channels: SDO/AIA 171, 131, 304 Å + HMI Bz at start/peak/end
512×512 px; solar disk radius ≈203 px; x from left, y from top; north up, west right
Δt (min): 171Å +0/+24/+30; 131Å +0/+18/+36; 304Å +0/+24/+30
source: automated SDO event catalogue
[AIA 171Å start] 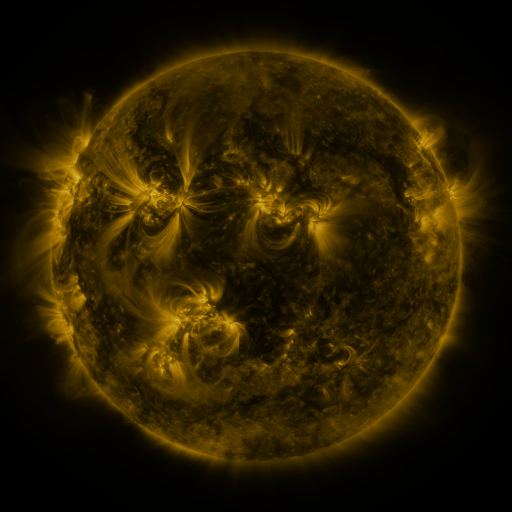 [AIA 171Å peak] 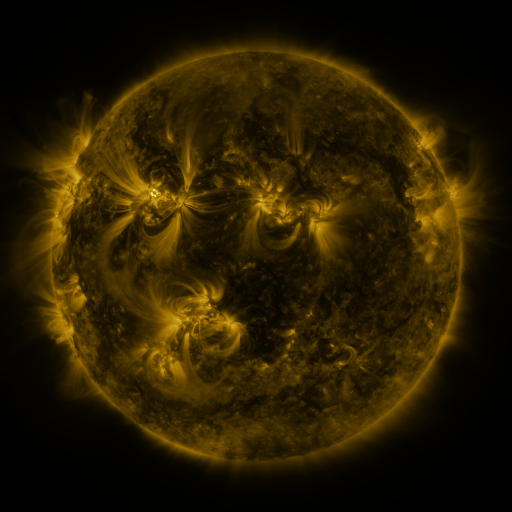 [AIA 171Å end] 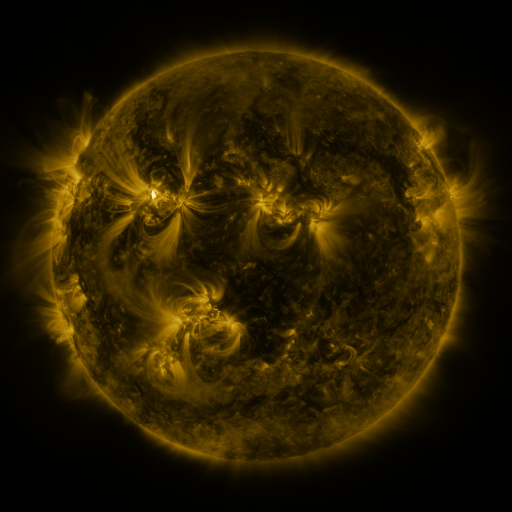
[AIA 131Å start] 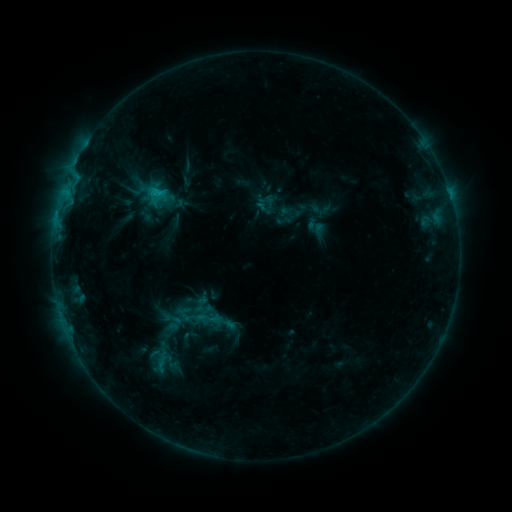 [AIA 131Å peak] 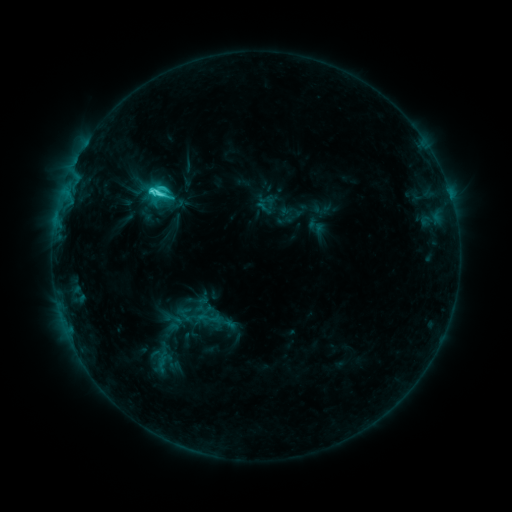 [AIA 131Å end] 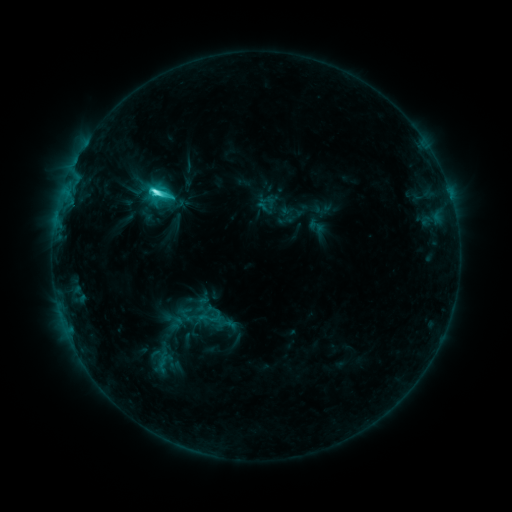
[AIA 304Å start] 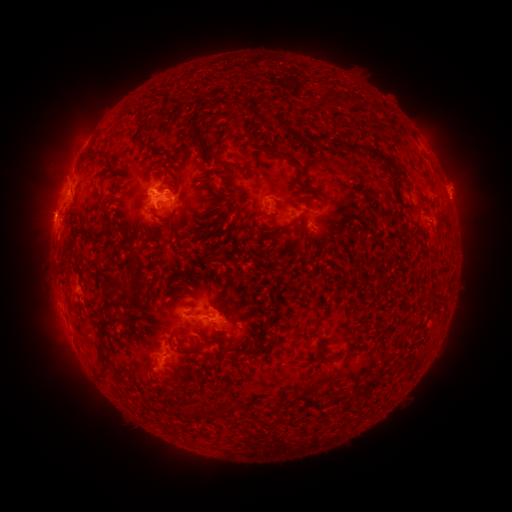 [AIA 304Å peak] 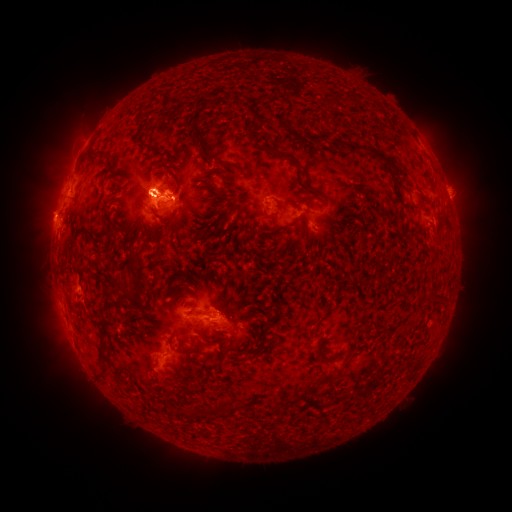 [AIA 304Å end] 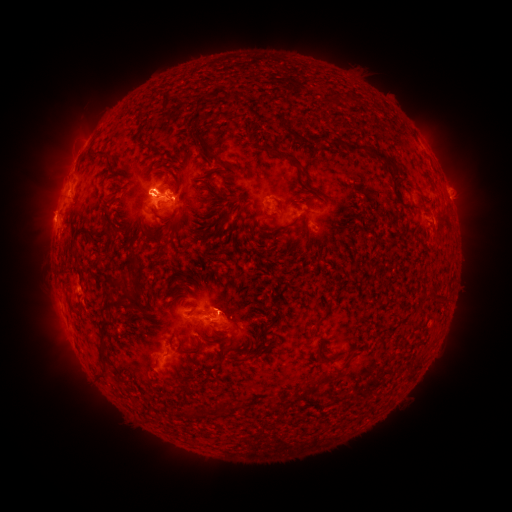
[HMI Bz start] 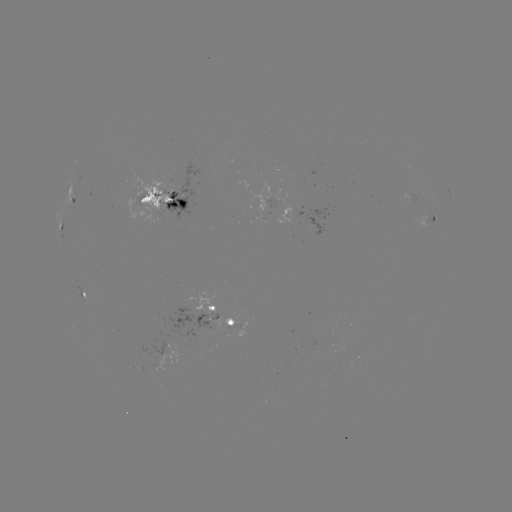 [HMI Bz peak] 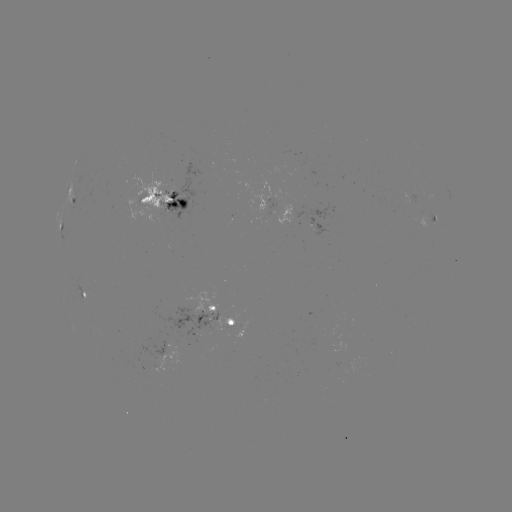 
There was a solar flare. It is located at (152, 193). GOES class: M1.4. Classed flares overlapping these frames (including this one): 1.